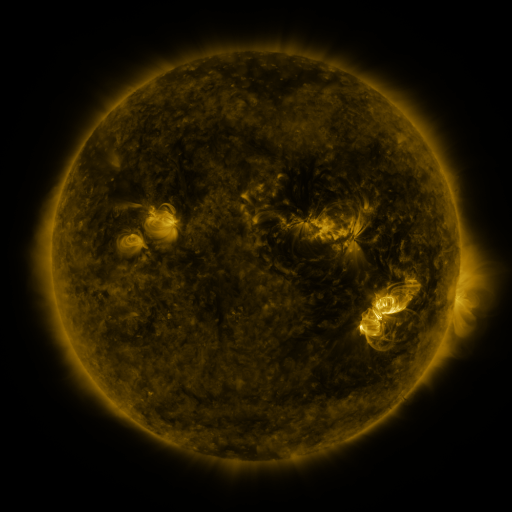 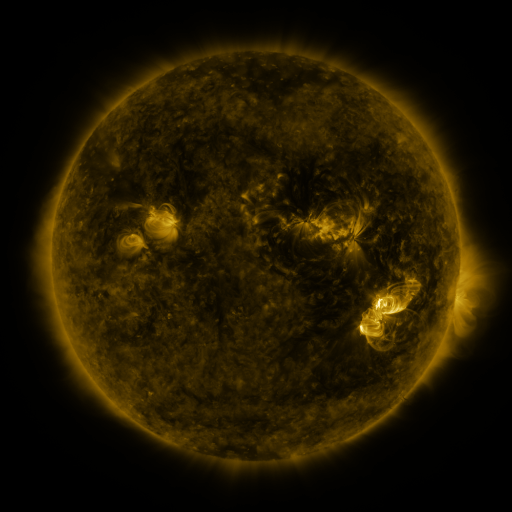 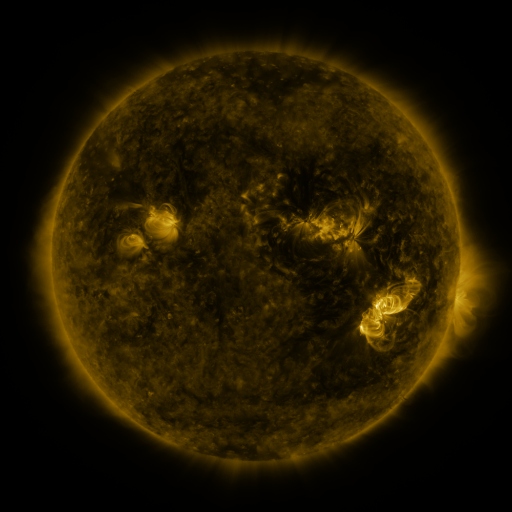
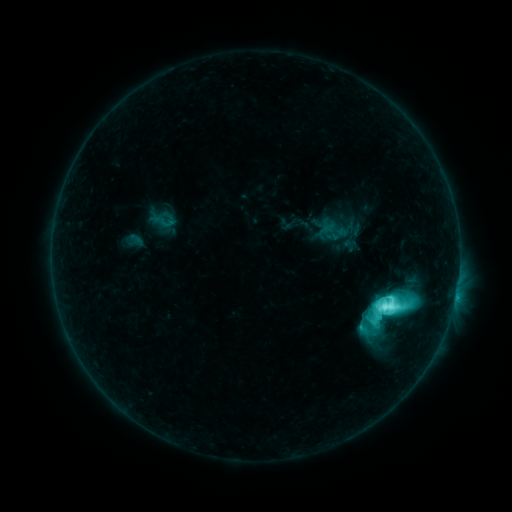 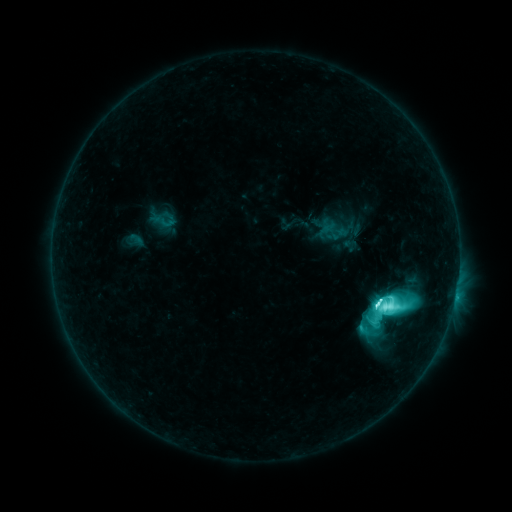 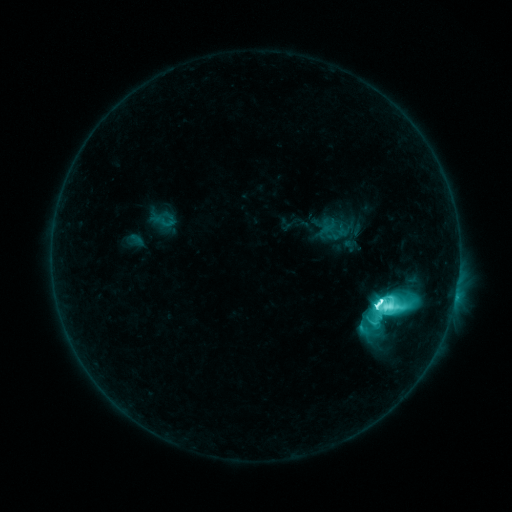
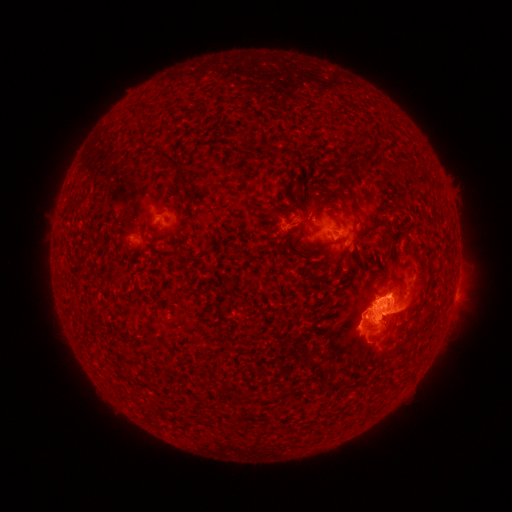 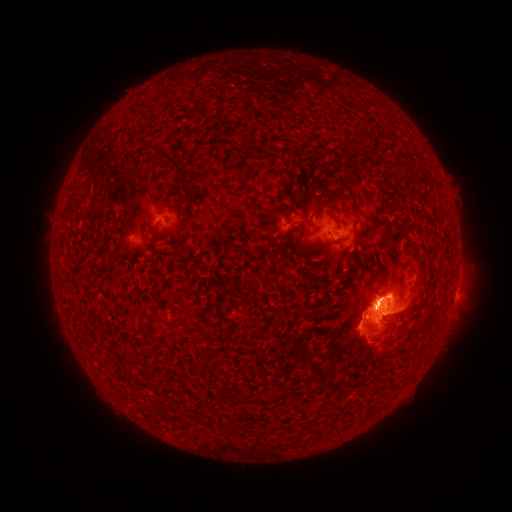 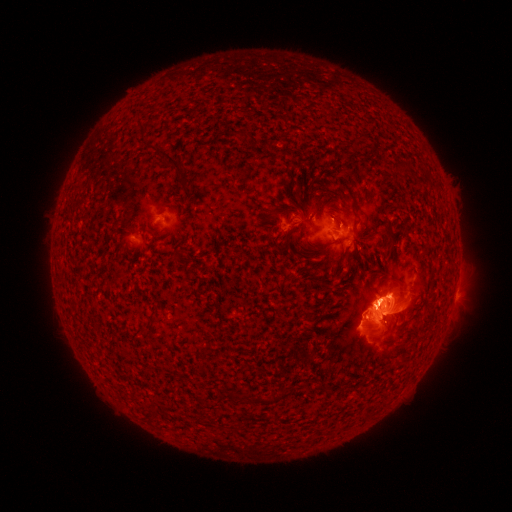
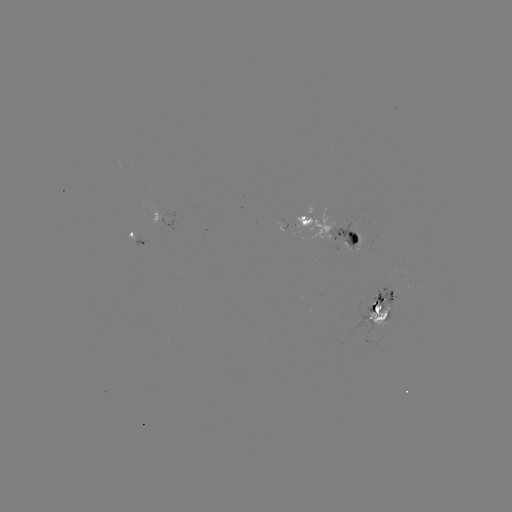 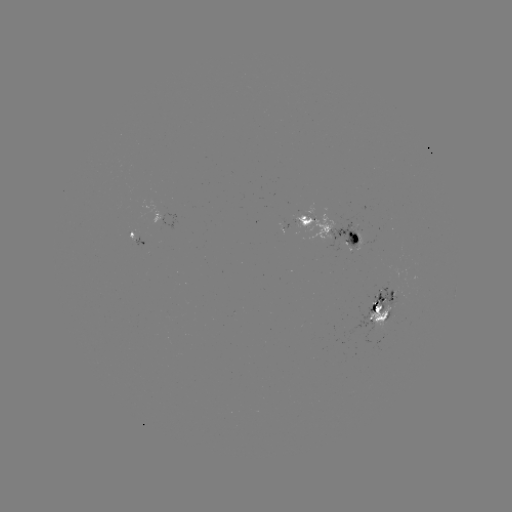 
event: flare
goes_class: M2.5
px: (374, 304)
